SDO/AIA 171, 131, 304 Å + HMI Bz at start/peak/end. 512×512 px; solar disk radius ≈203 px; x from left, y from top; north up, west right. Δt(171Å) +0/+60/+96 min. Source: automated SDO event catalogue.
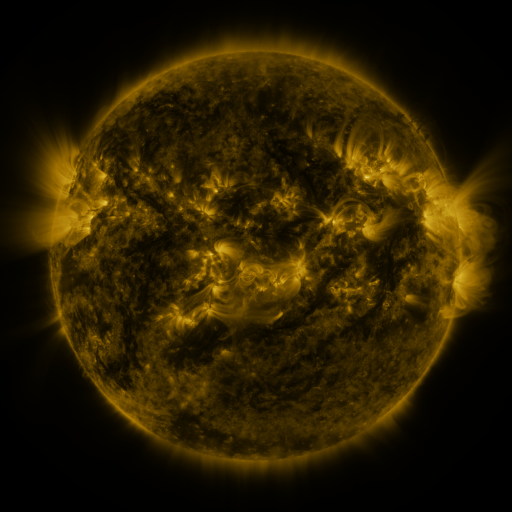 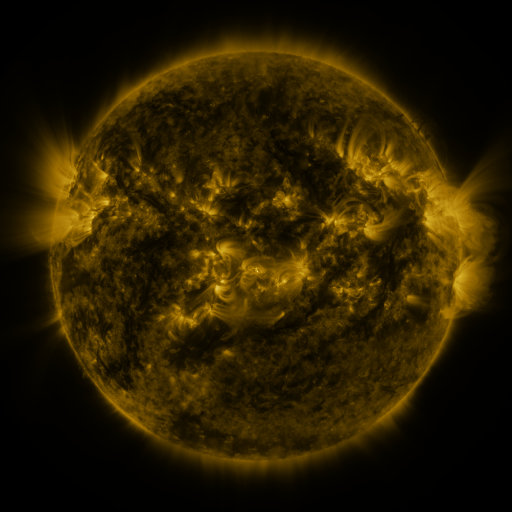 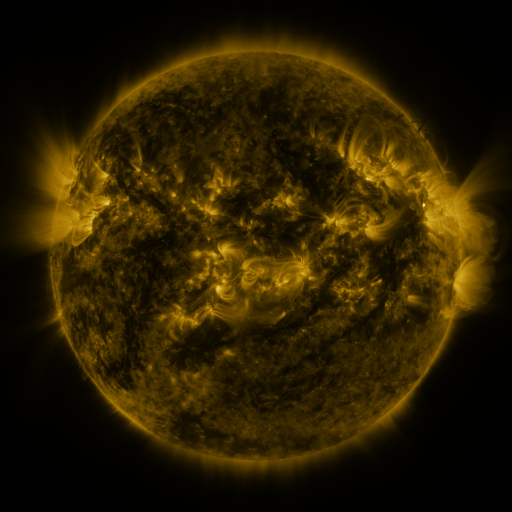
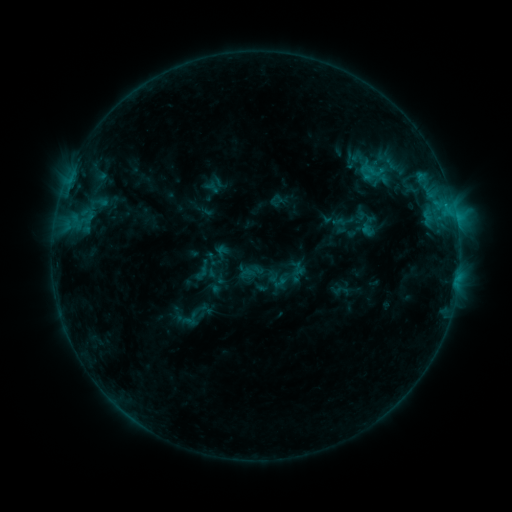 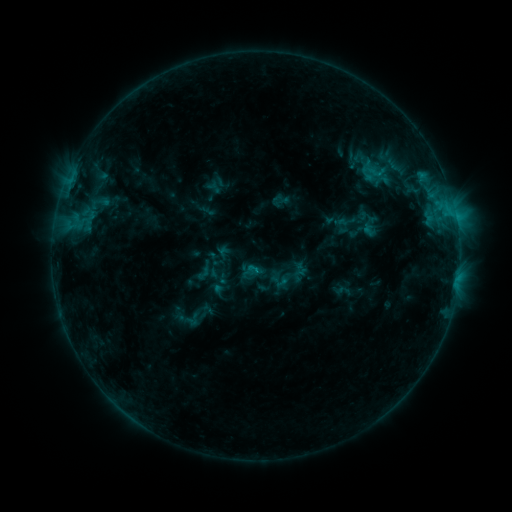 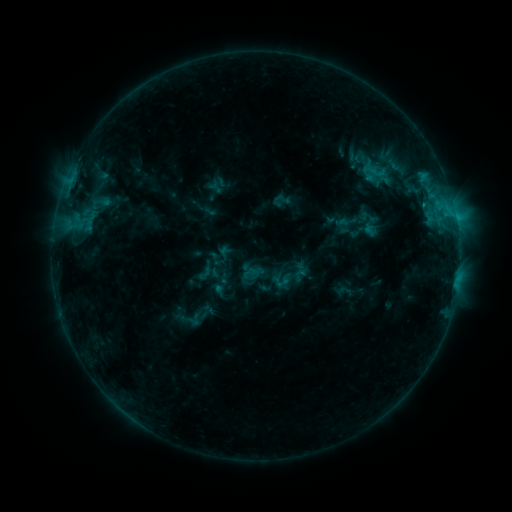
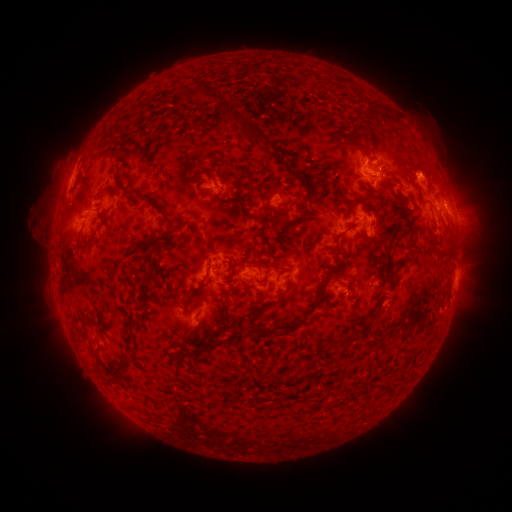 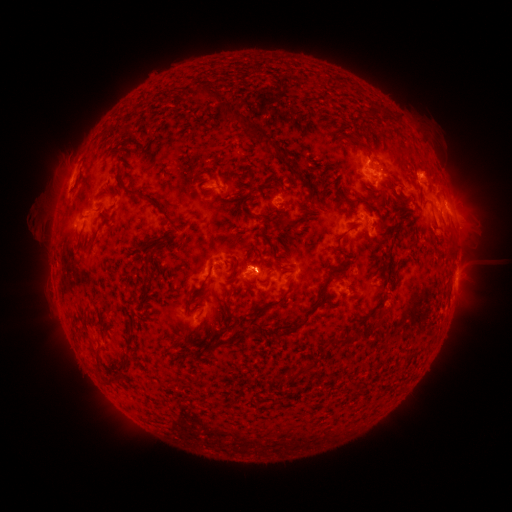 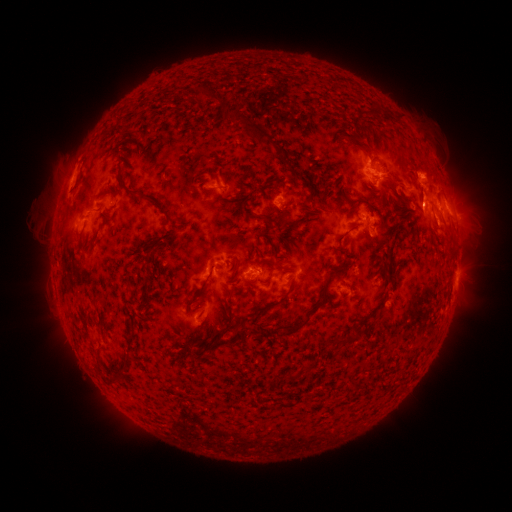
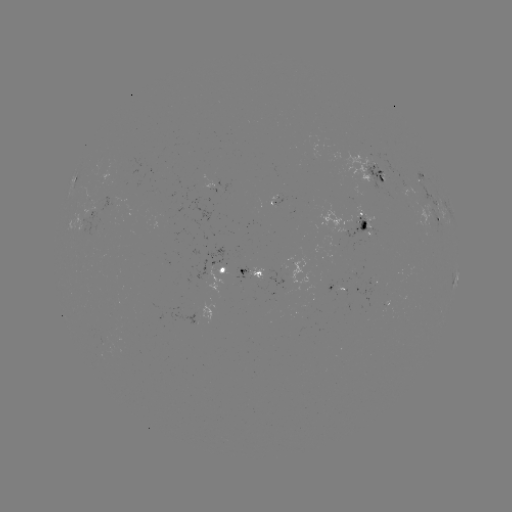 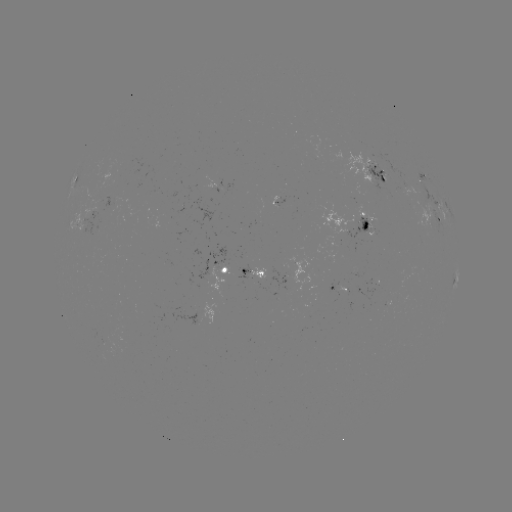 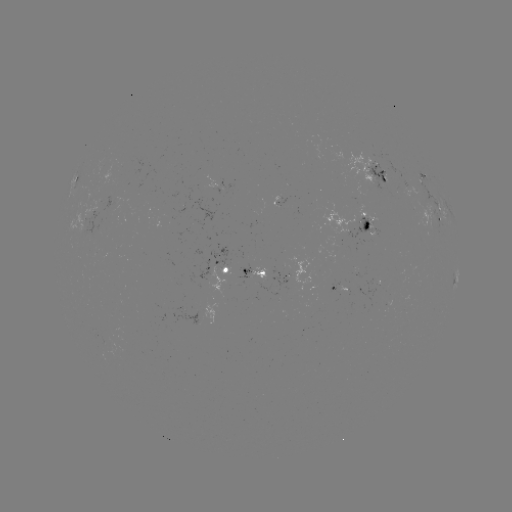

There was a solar emerging-flux region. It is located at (116, 209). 